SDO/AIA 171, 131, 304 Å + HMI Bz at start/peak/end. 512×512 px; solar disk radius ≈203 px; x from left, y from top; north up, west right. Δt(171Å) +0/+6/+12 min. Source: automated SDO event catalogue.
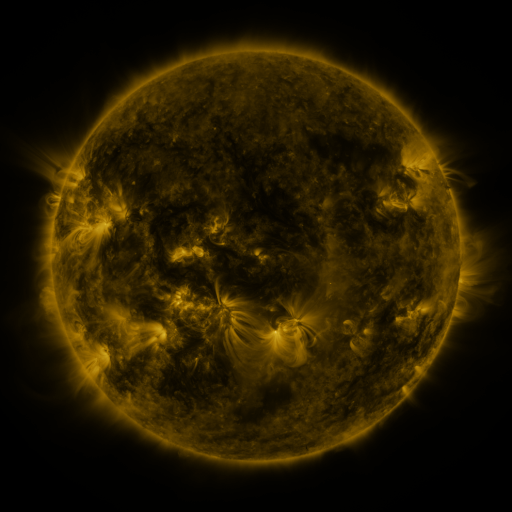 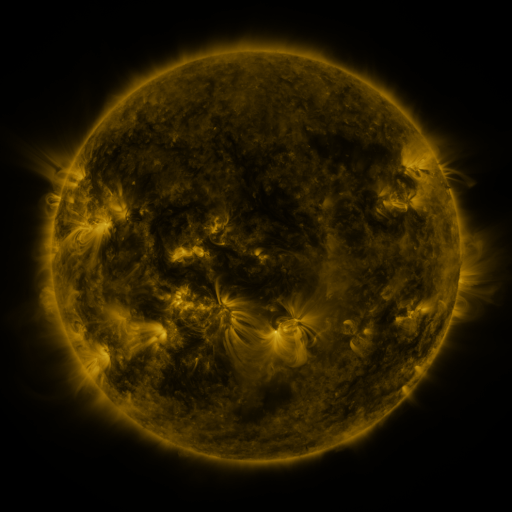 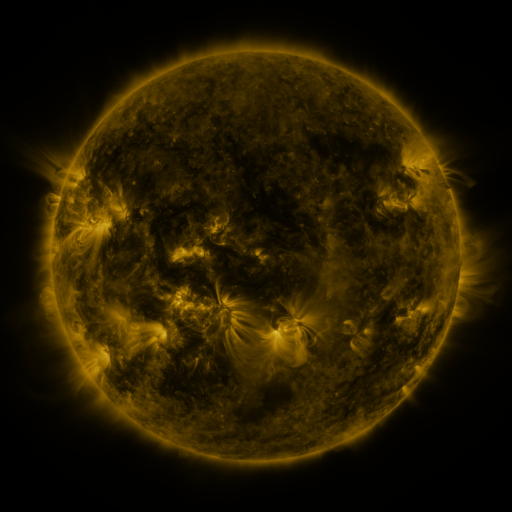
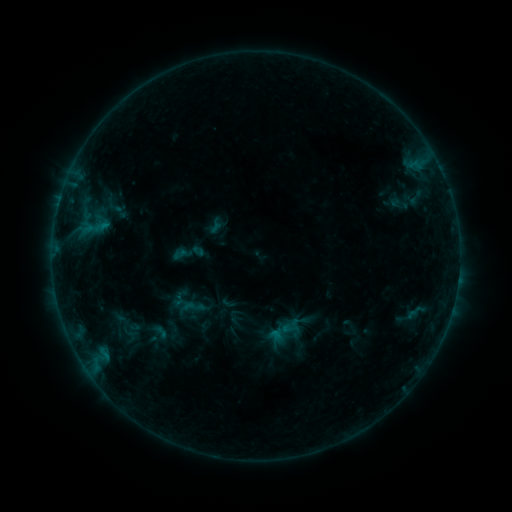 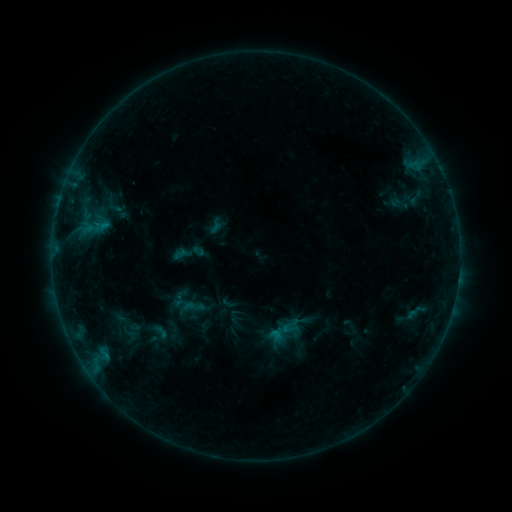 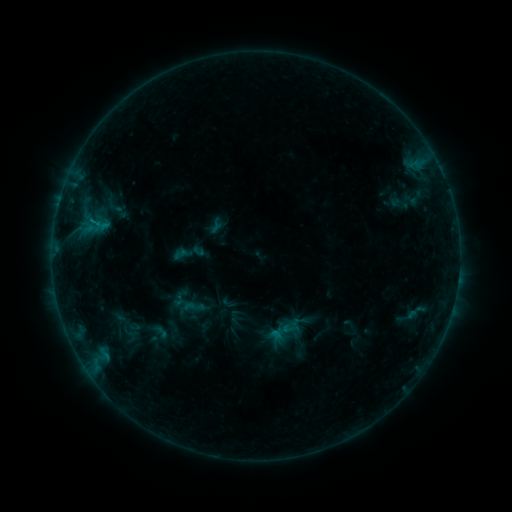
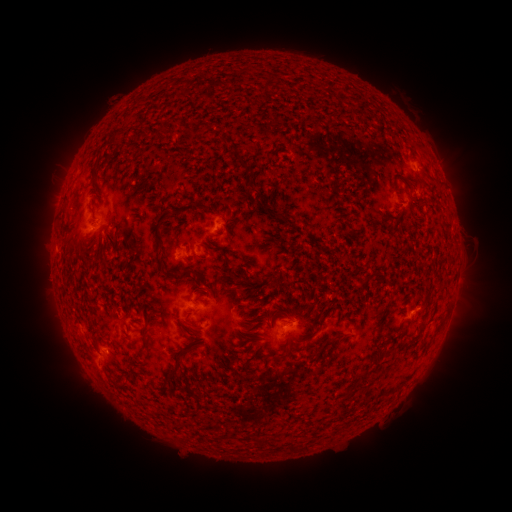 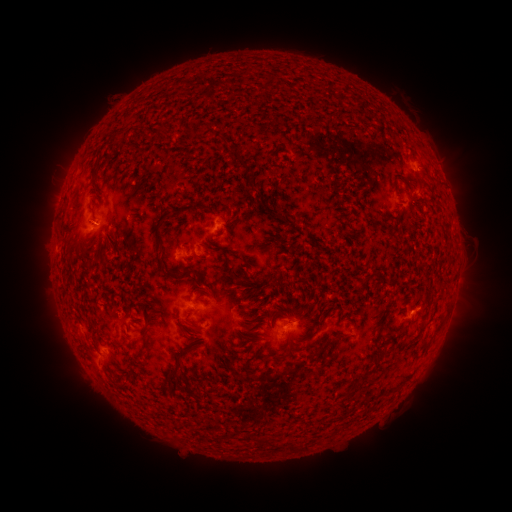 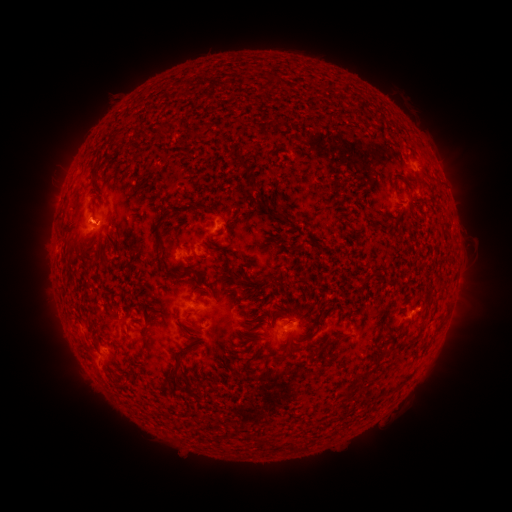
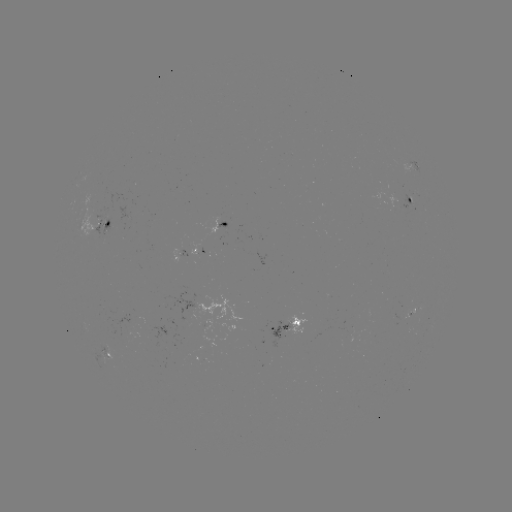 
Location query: B4.3 flare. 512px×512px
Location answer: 96,226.